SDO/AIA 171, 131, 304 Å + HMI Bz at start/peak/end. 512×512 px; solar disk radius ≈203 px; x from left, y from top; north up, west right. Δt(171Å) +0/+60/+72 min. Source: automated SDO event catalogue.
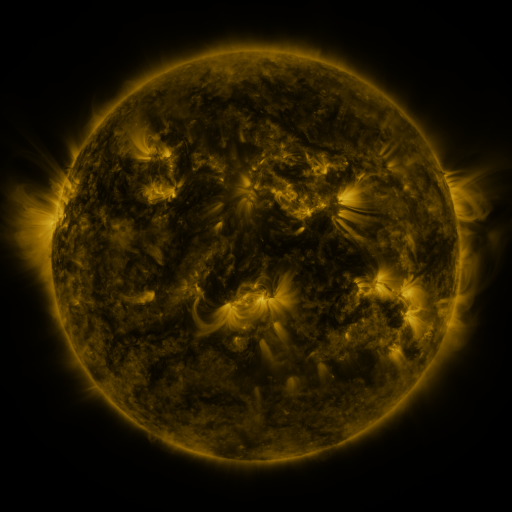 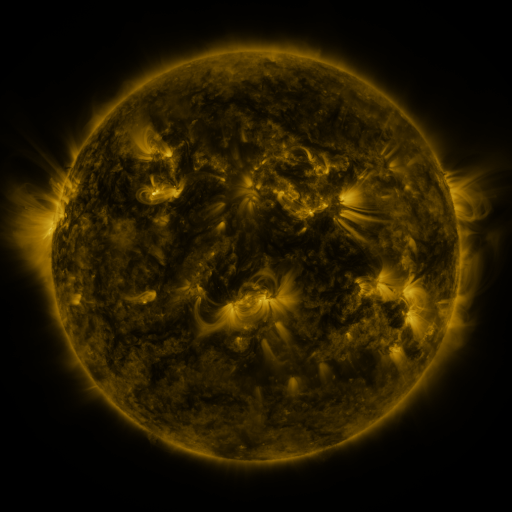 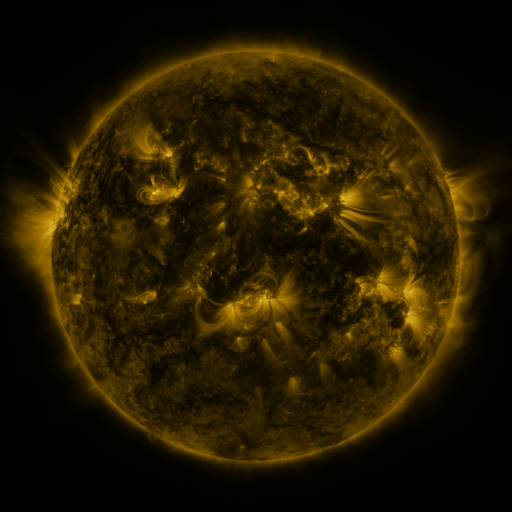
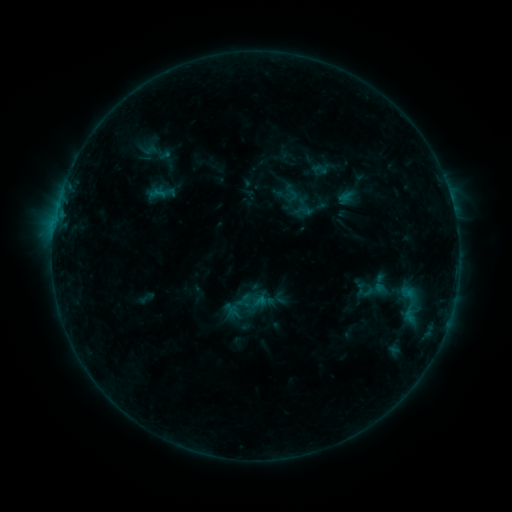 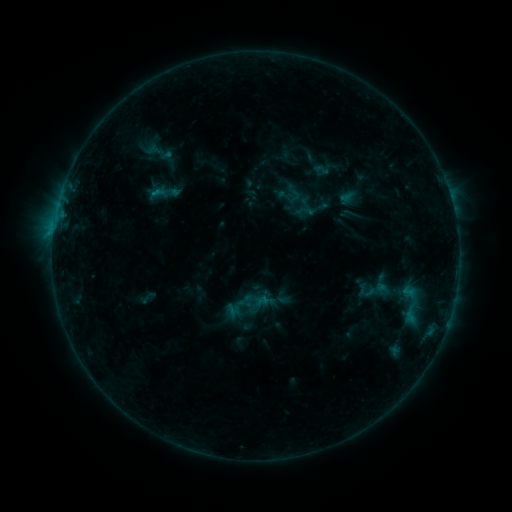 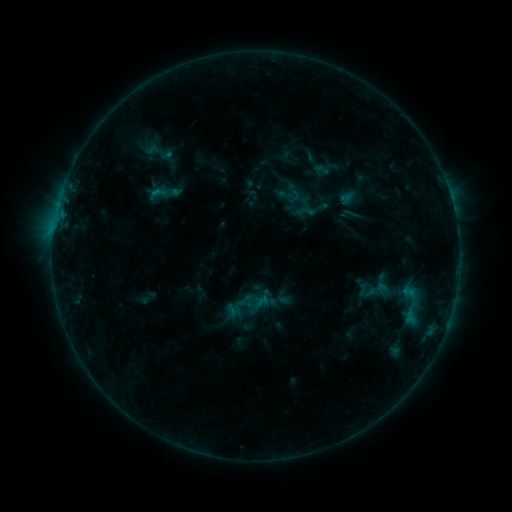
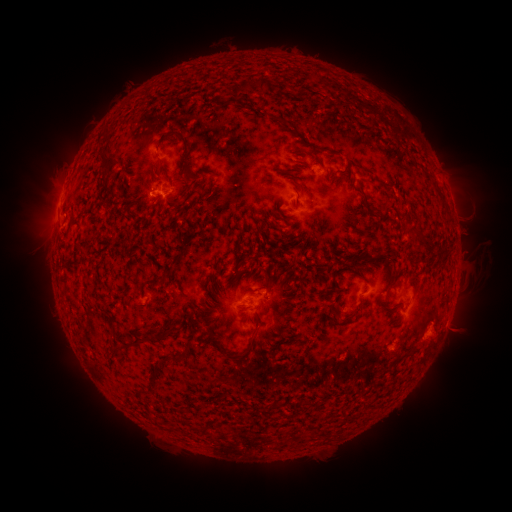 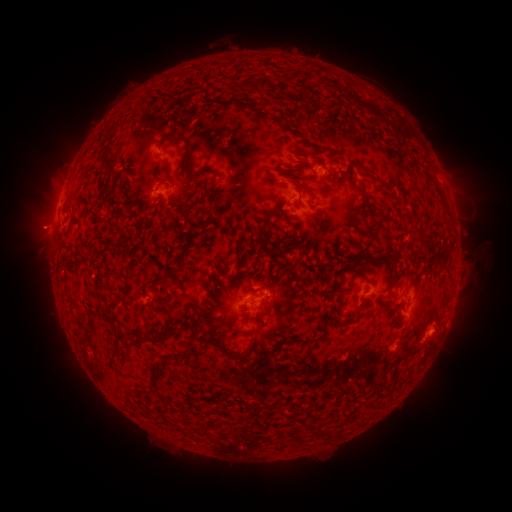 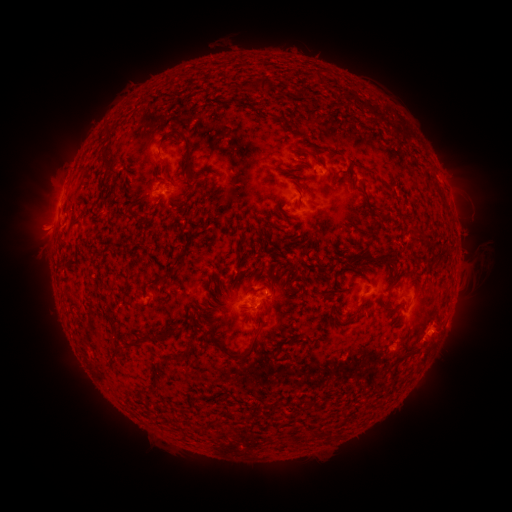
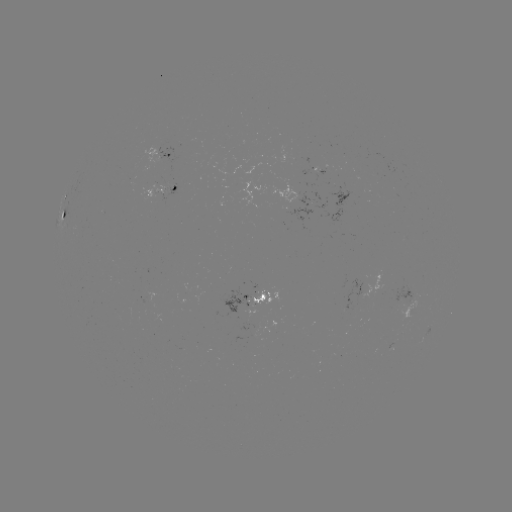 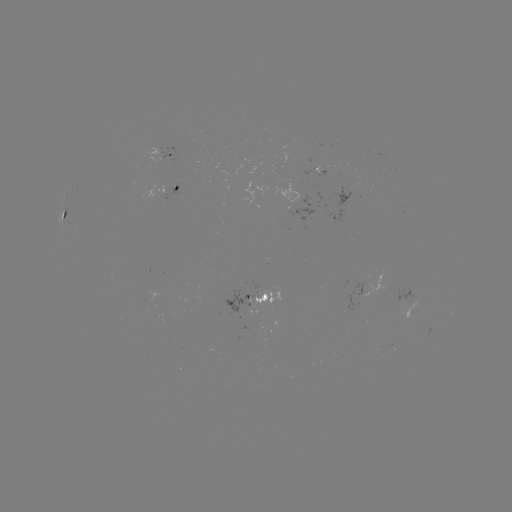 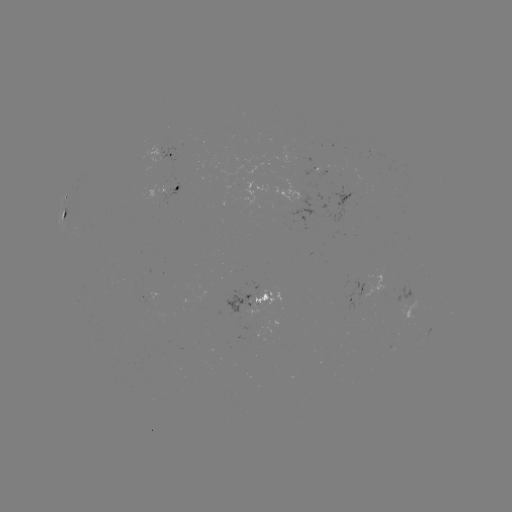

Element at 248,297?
emerging-flux region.